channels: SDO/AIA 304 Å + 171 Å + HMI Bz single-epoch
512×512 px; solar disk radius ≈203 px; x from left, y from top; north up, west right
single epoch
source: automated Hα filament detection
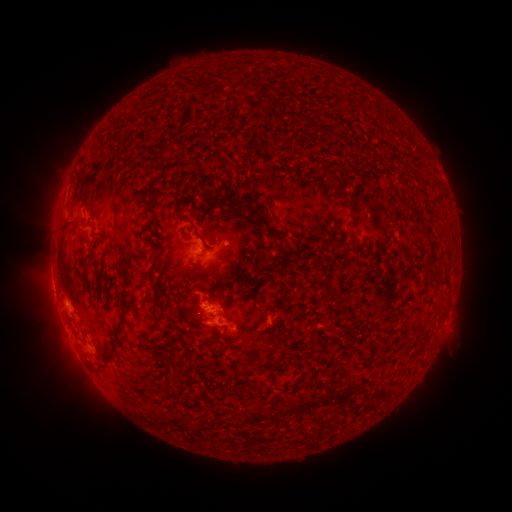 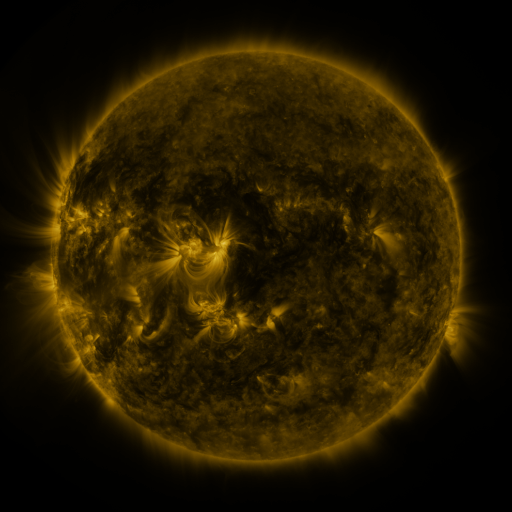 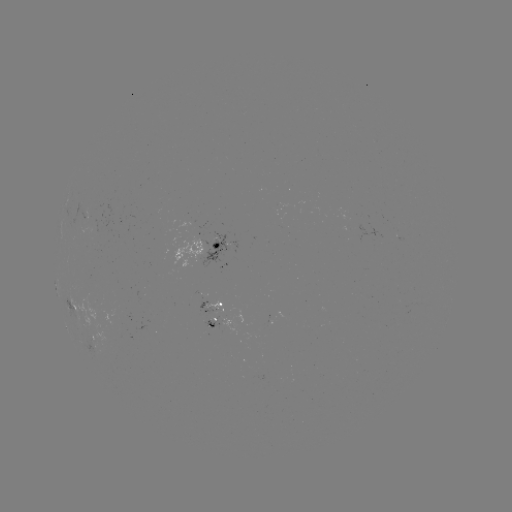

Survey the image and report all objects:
filament: [244, 204, 285, 239]
filament: [60, 214, 82, 231]
filament: [183, 214, 210, 249]
filament: [423, 237, 433, 248]
filament: [278, 253, 291, 269]
filament: [97, 299, 127, 359]
filament: [337, 301, 346, 312]
filament: [94, 302, 108, 314]
filament: [339, 372, 352, 379]
